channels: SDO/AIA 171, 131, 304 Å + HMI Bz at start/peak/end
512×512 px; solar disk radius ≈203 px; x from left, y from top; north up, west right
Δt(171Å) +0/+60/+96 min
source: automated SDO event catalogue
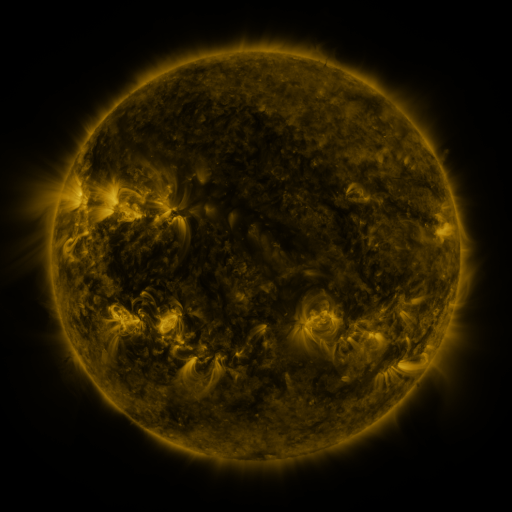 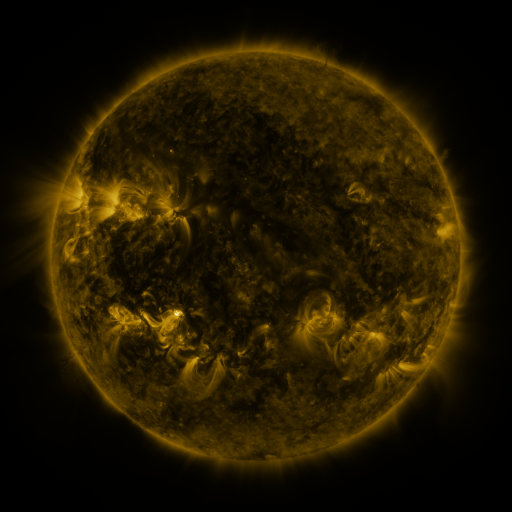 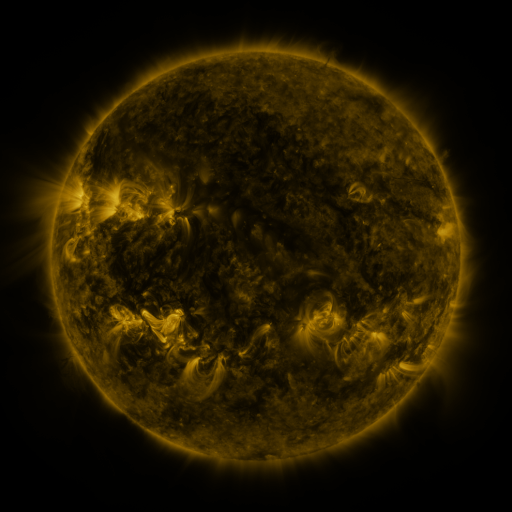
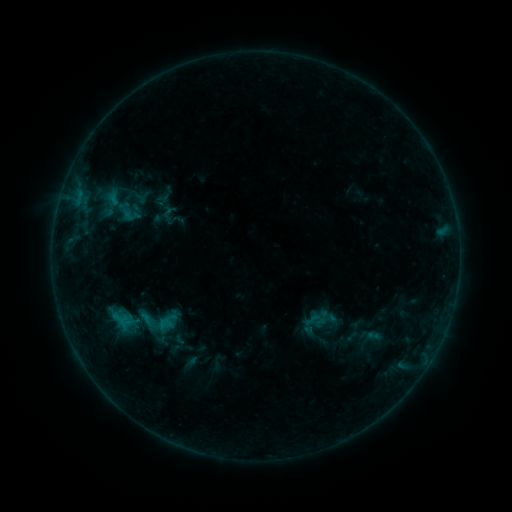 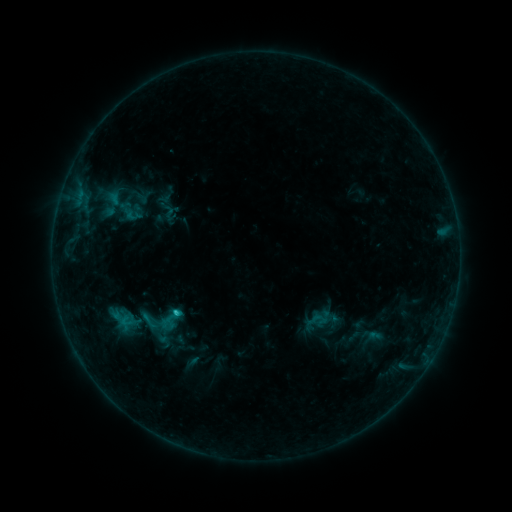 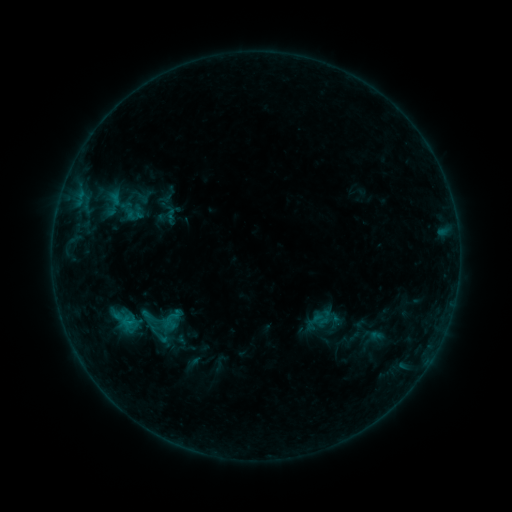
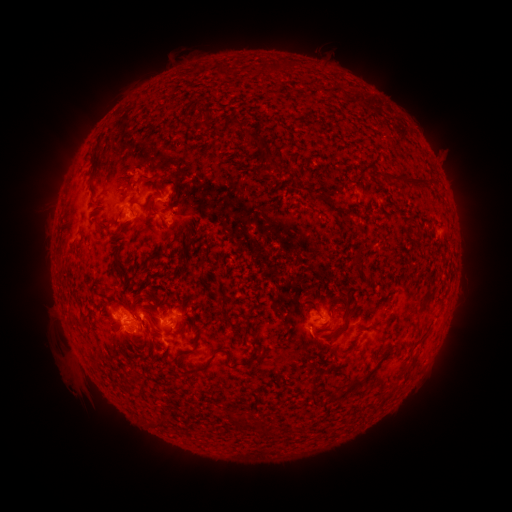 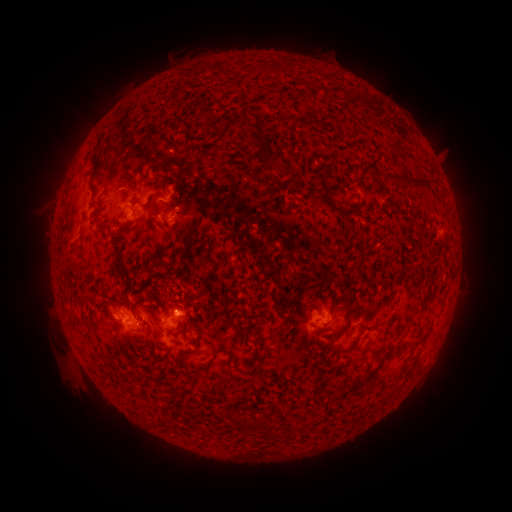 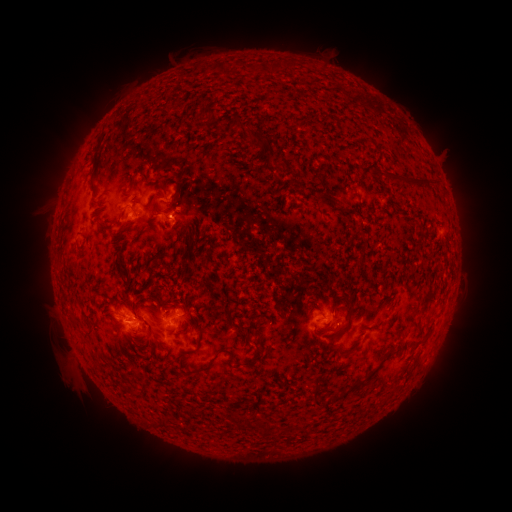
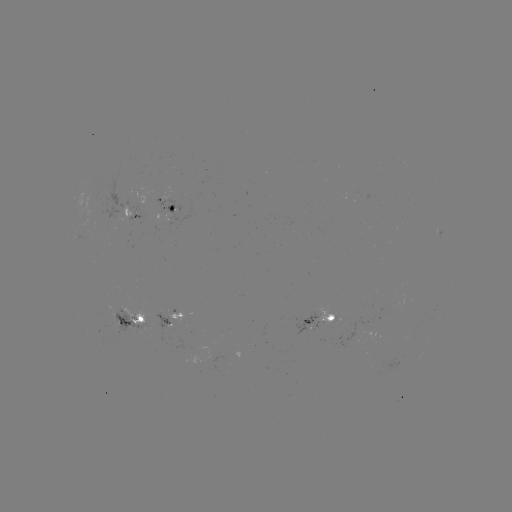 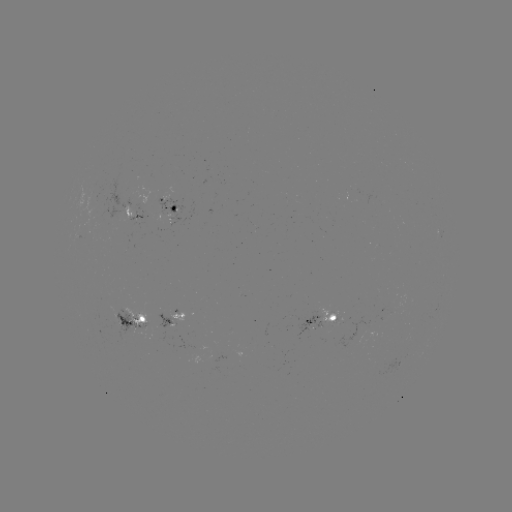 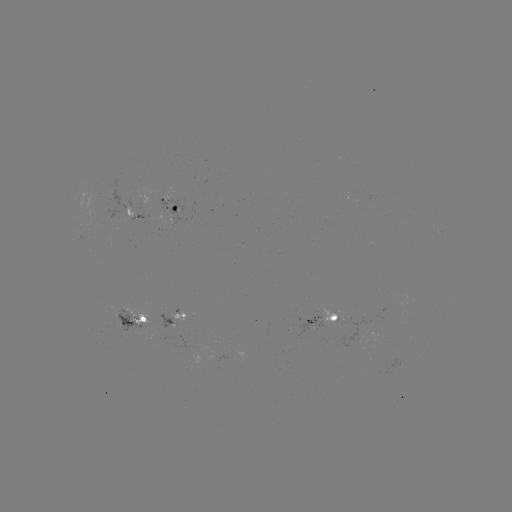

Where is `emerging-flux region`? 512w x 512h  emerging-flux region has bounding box [157, 197, 185, 227].